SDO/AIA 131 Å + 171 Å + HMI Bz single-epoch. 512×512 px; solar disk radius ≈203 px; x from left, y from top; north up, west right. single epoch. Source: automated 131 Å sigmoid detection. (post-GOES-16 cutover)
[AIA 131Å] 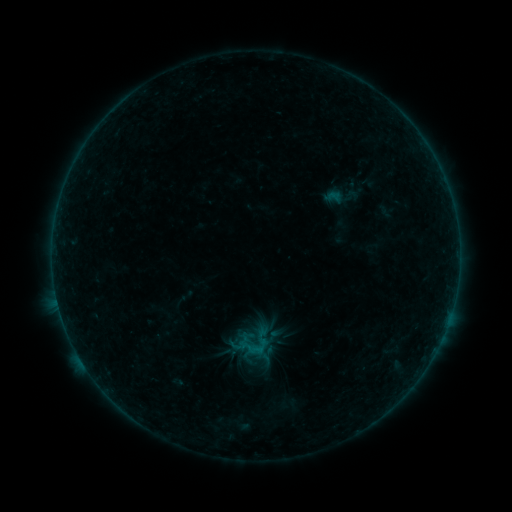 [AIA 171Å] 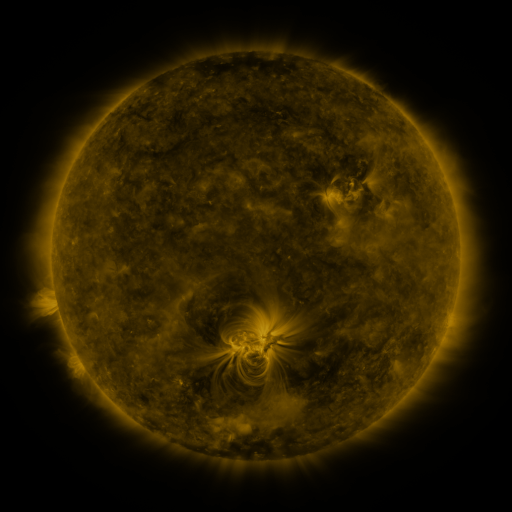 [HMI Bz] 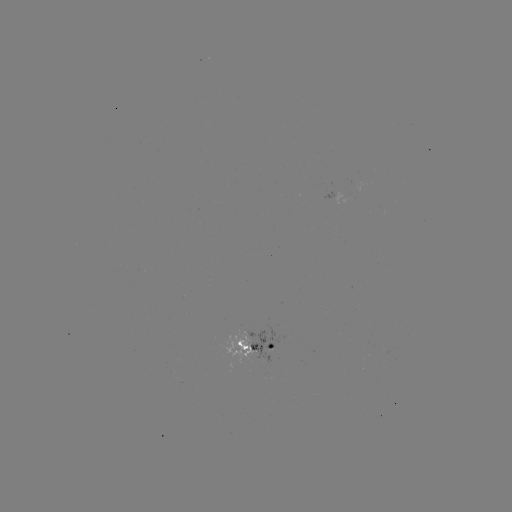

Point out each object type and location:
sigmoid: <bbox>321, 187, 346, 207</bbox>
sigmoid: <bbox>236, 329, 270, 362</bbox>
